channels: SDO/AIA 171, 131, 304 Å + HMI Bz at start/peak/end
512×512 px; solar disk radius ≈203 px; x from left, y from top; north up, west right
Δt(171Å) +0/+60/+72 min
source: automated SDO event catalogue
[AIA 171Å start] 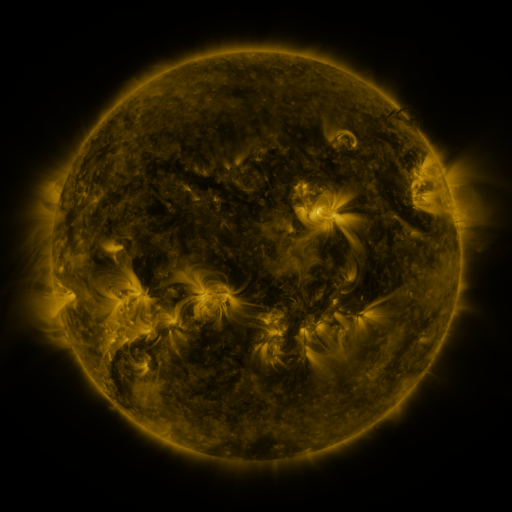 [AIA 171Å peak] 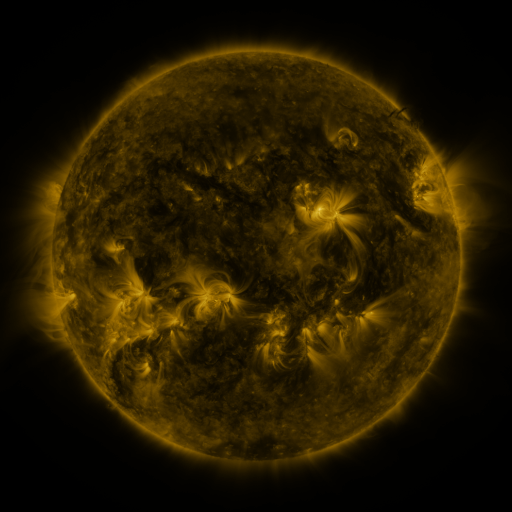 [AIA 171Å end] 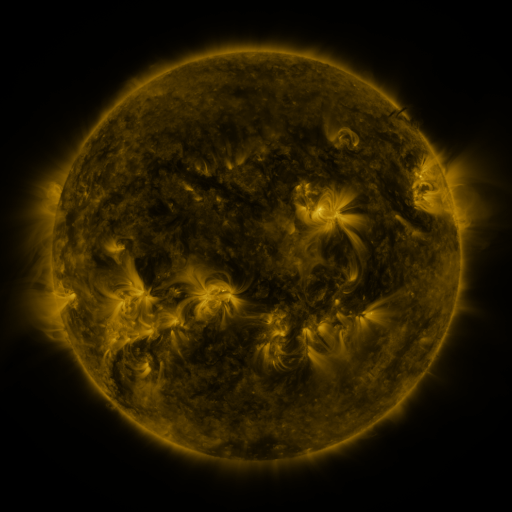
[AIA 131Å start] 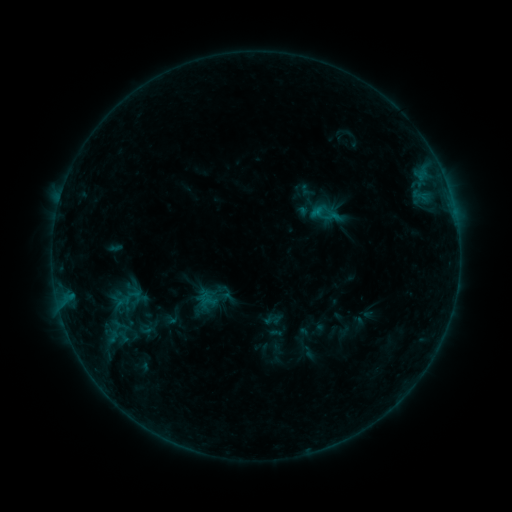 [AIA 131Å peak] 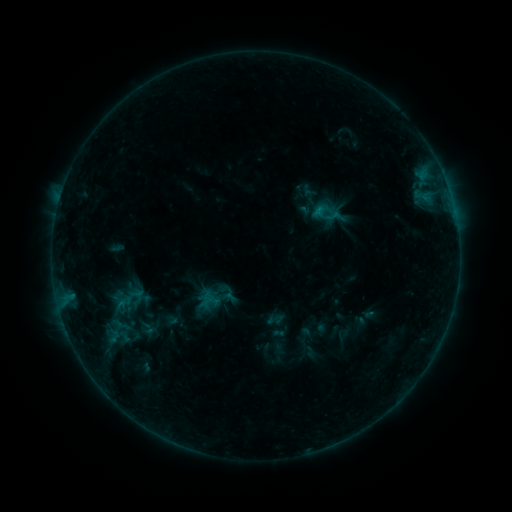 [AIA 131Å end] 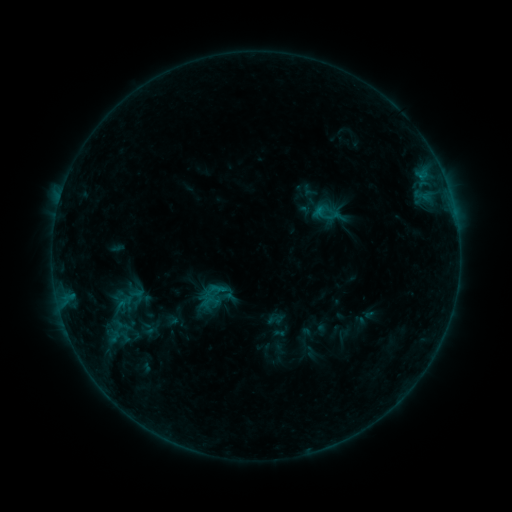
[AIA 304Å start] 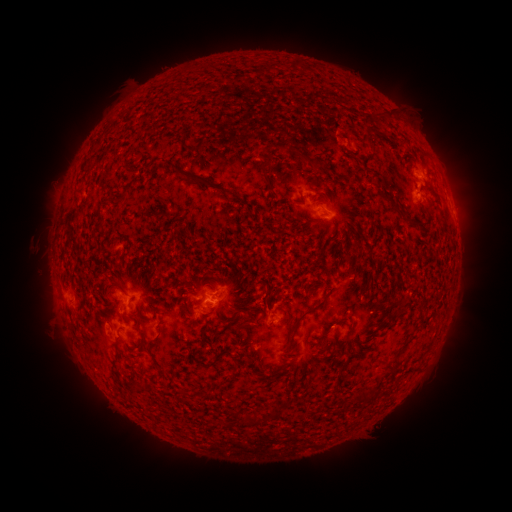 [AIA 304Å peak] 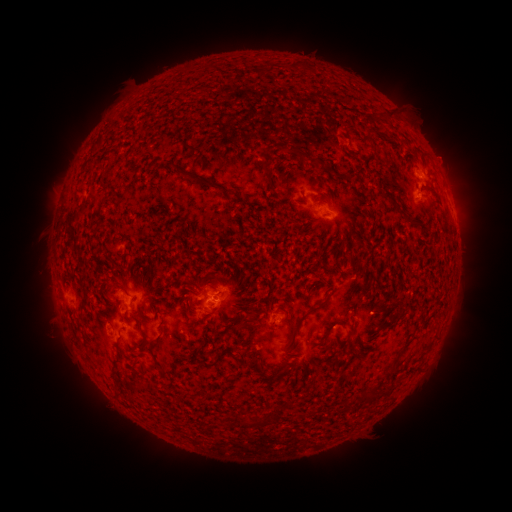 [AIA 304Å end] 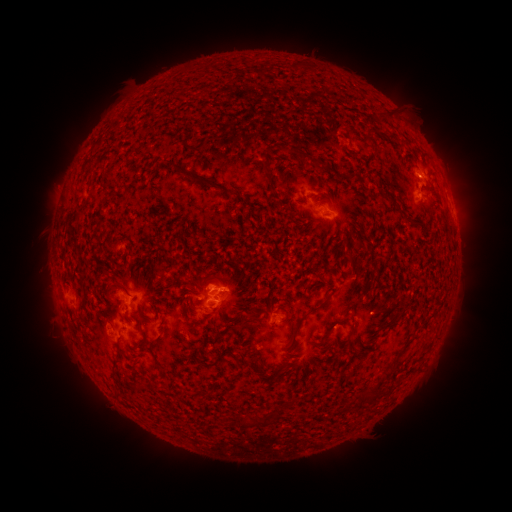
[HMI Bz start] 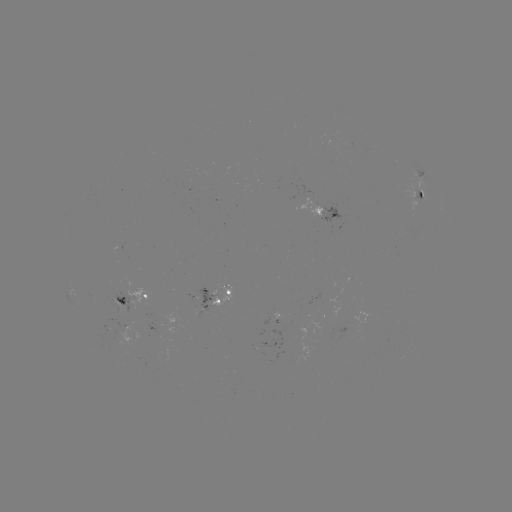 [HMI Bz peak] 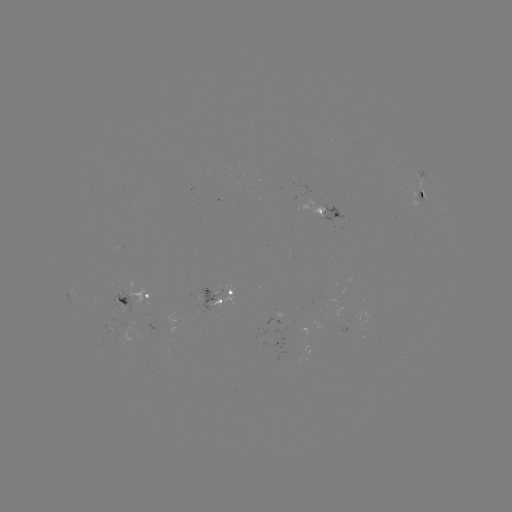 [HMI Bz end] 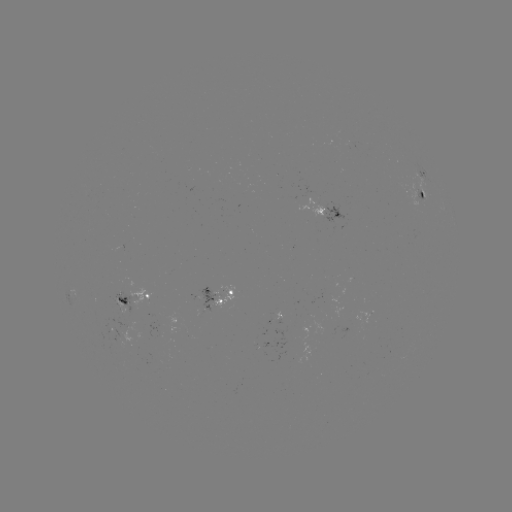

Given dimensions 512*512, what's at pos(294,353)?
emerging-flux region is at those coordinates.